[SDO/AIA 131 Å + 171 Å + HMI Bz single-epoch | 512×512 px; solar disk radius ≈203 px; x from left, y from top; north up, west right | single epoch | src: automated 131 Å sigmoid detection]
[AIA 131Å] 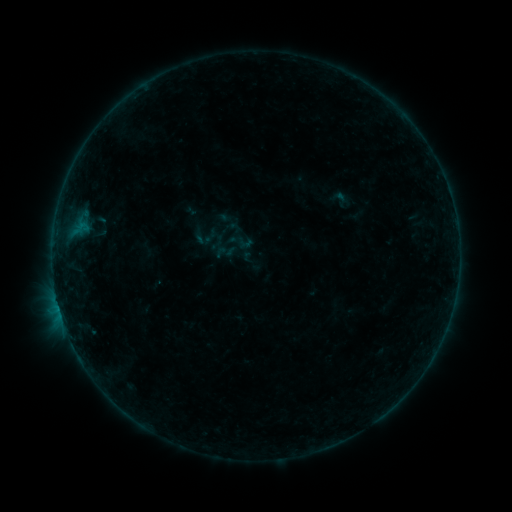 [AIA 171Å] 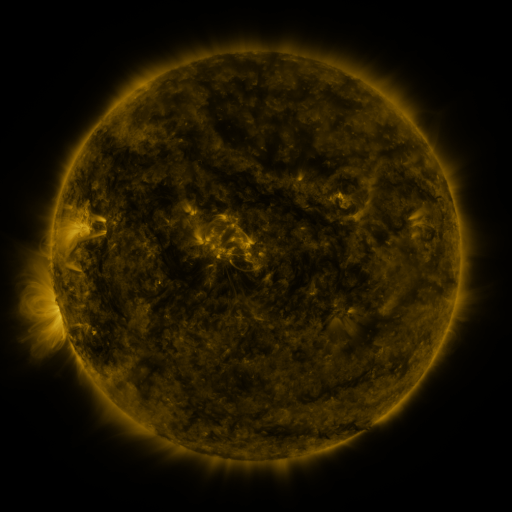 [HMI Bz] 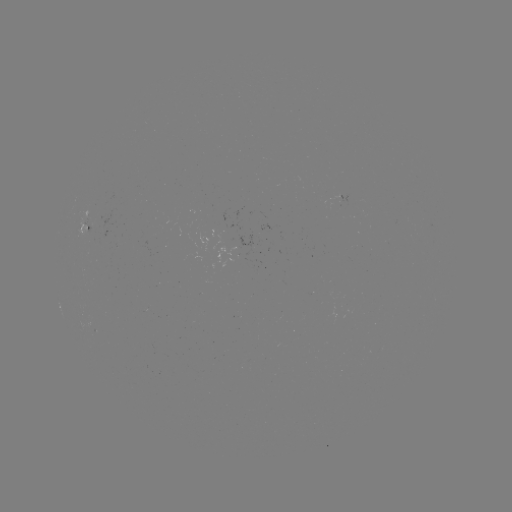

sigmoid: [200, 227, 219, 246]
